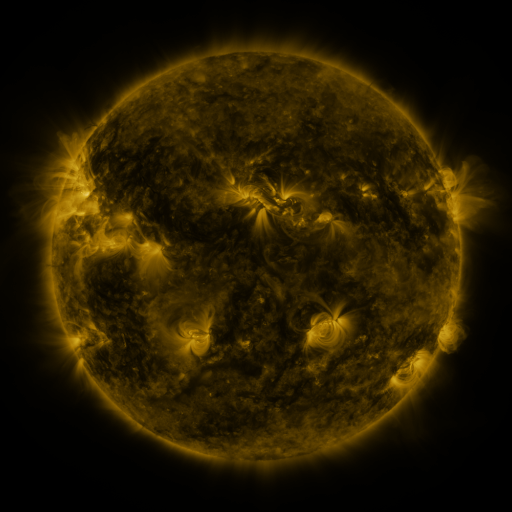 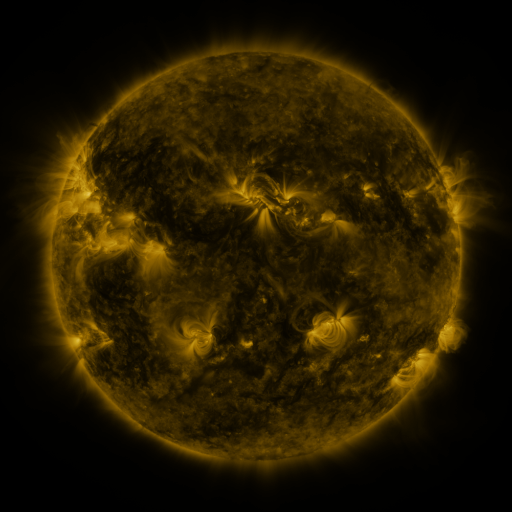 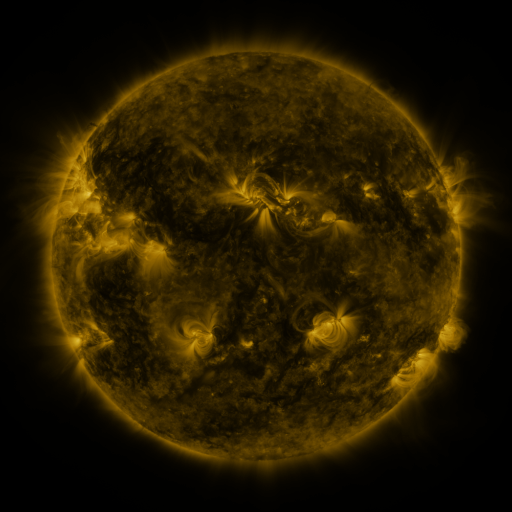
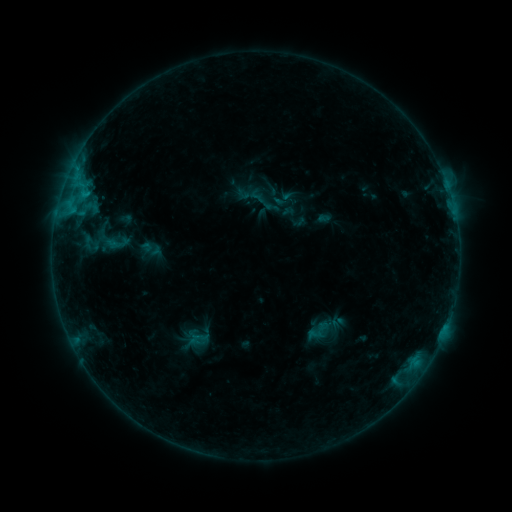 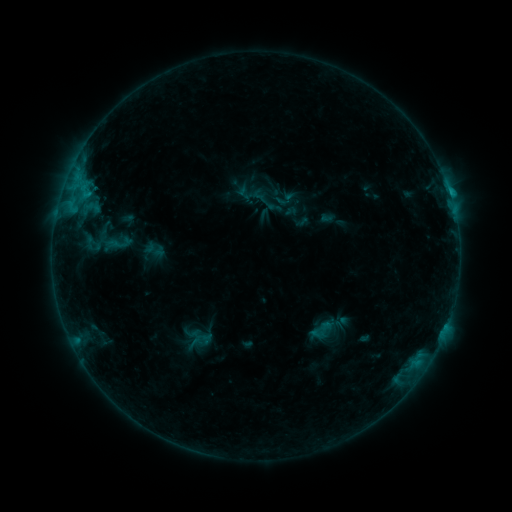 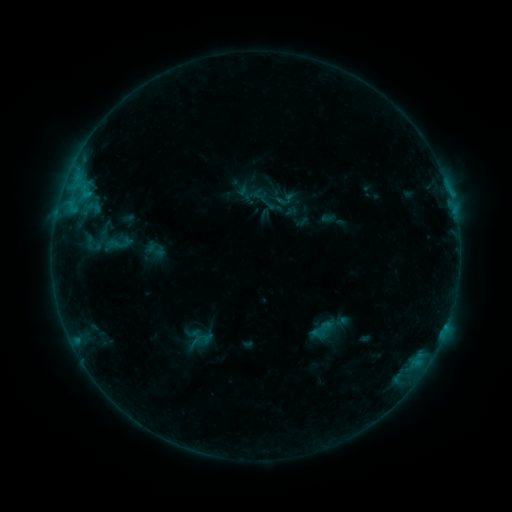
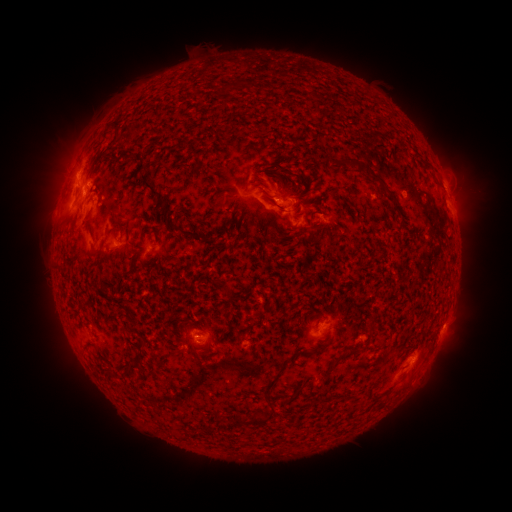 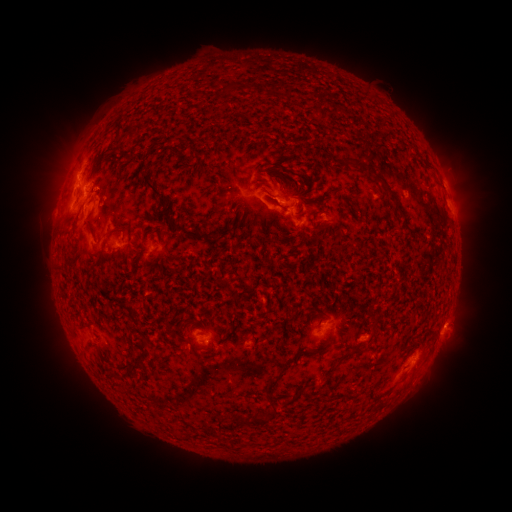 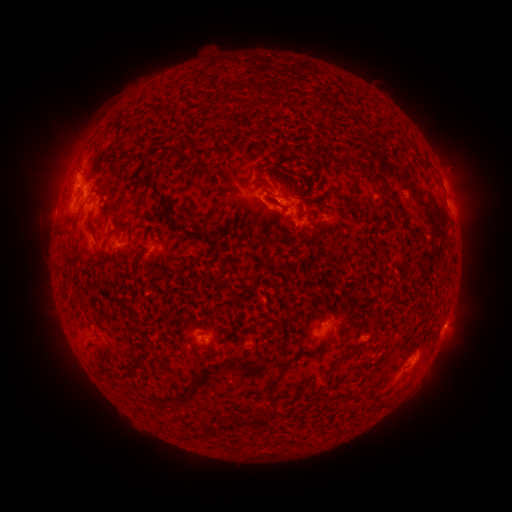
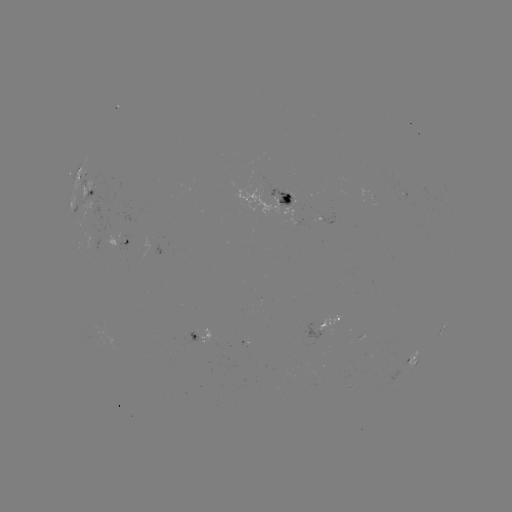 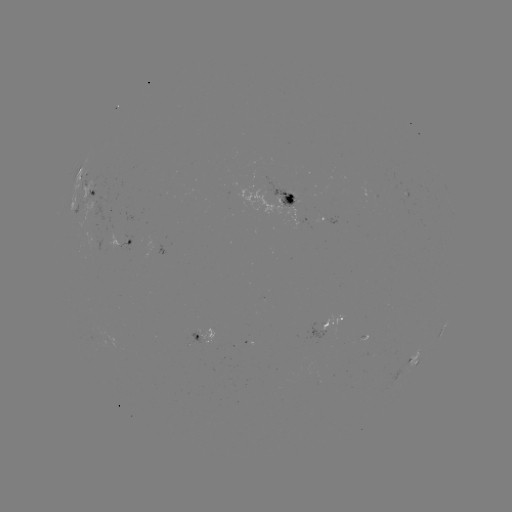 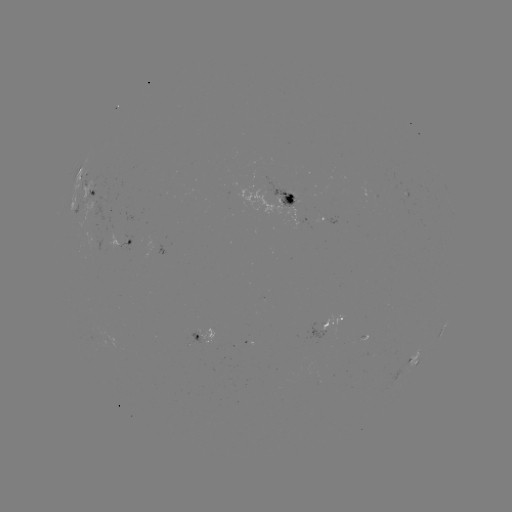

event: emerging-flux region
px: (295, 218)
